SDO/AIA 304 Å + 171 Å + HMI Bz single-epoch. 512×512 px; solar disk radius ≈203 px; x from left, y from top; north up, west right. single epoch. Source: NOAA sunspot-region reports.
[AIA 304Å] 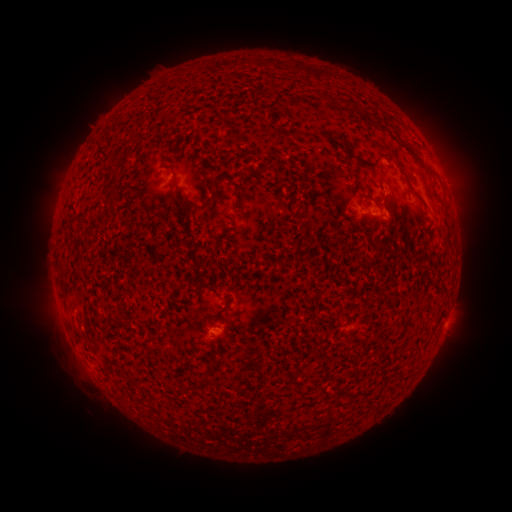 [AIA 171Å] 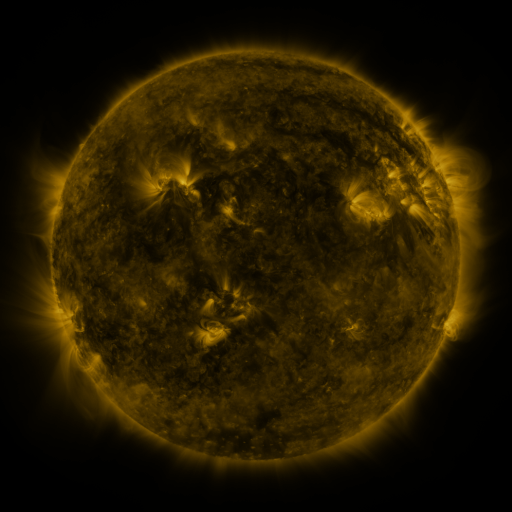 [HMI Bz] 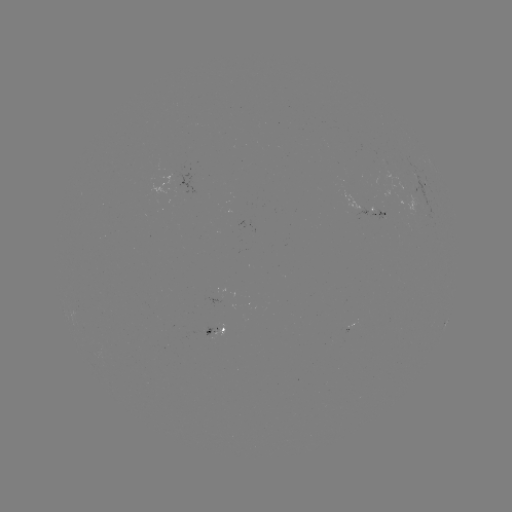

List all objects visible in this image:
spotted active region: (425, 188)
spotted active region: (365, 209)
spotted active region: (199, 317)
spotted active region: (349, 327)
spotted active region: (443, 327)
